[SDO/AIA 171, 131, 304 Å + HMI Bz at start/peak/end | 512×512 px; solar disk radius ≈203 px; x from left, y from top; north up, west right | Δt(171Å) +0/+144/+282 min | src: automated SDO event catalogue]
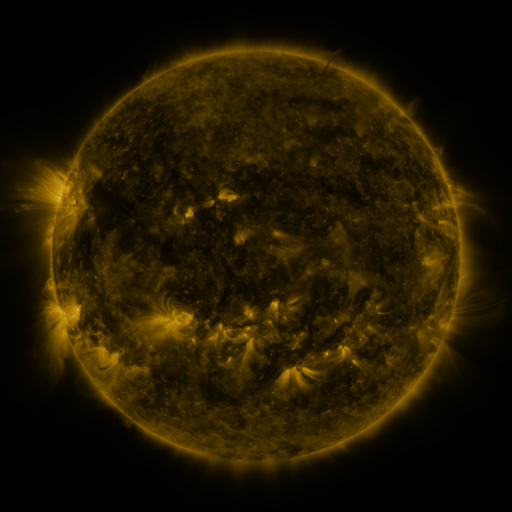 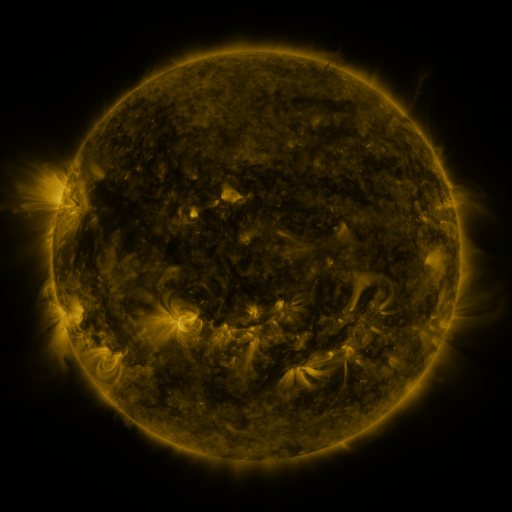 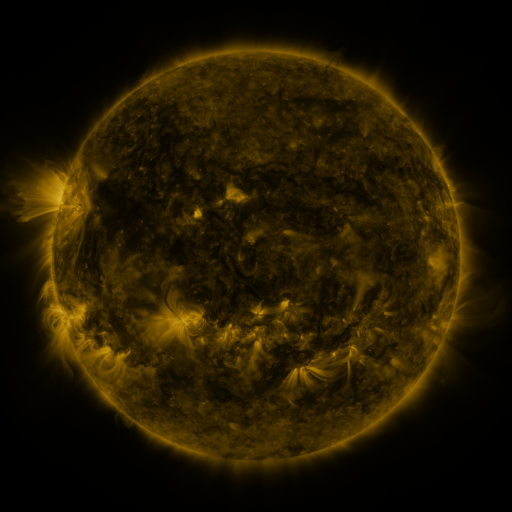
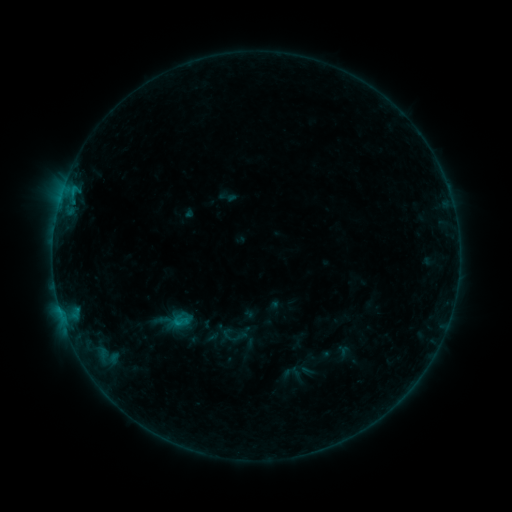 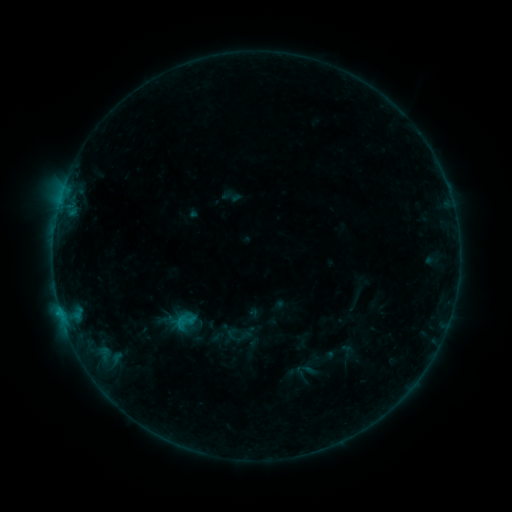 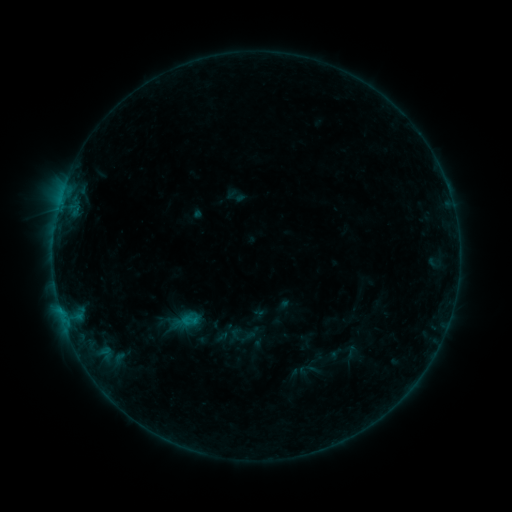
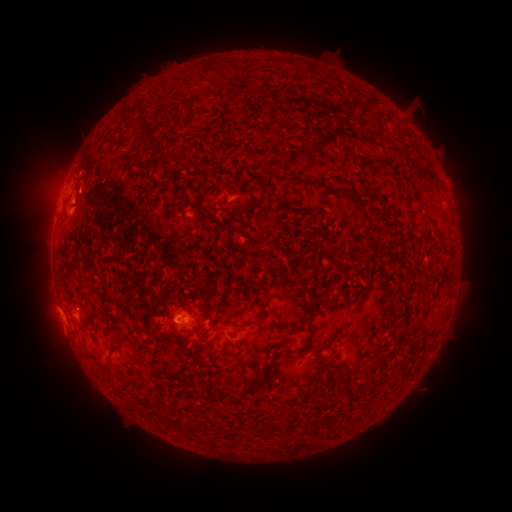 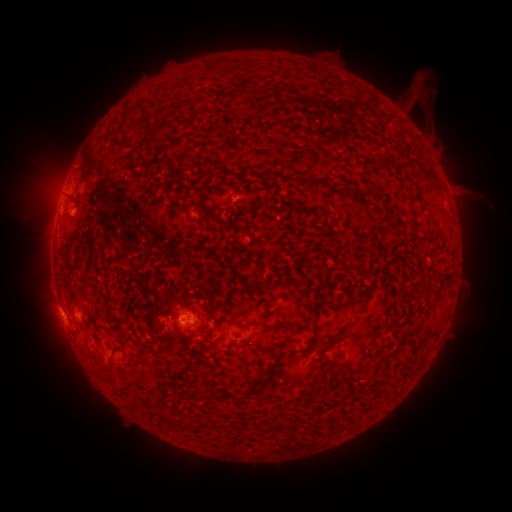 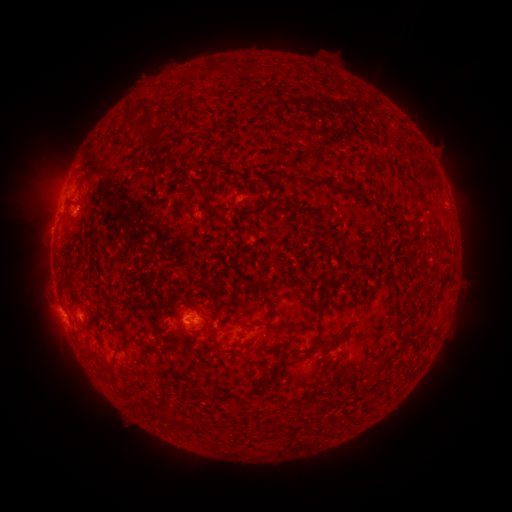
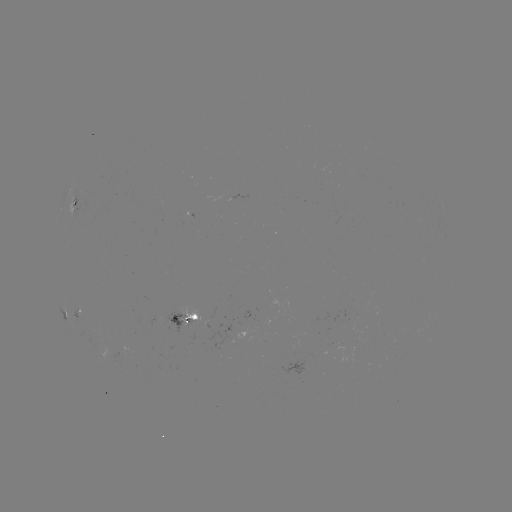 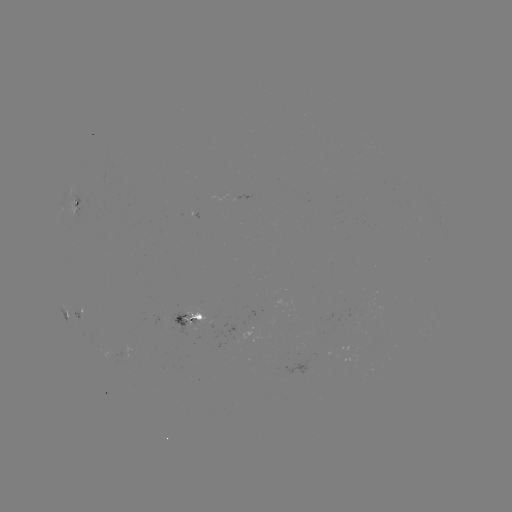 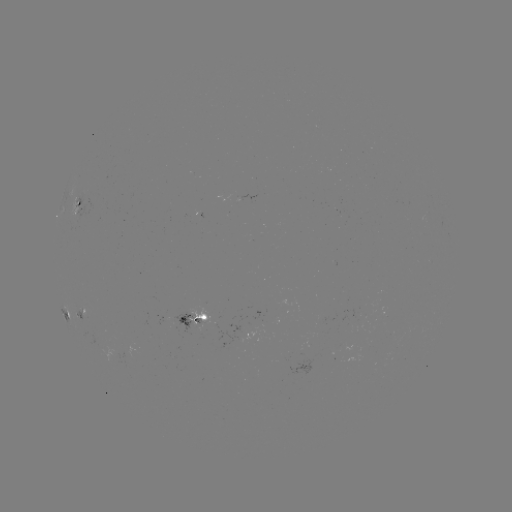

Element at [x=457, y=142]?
filament eruption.